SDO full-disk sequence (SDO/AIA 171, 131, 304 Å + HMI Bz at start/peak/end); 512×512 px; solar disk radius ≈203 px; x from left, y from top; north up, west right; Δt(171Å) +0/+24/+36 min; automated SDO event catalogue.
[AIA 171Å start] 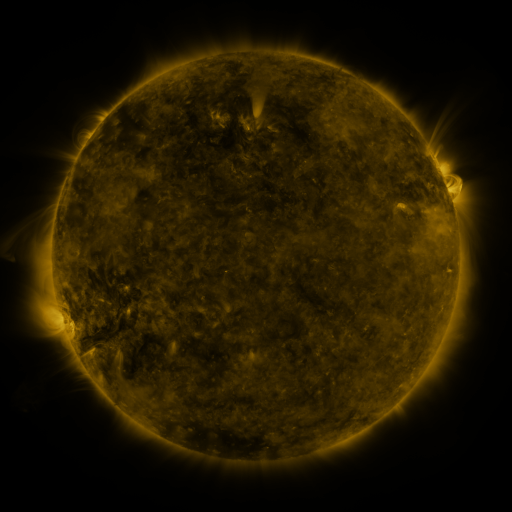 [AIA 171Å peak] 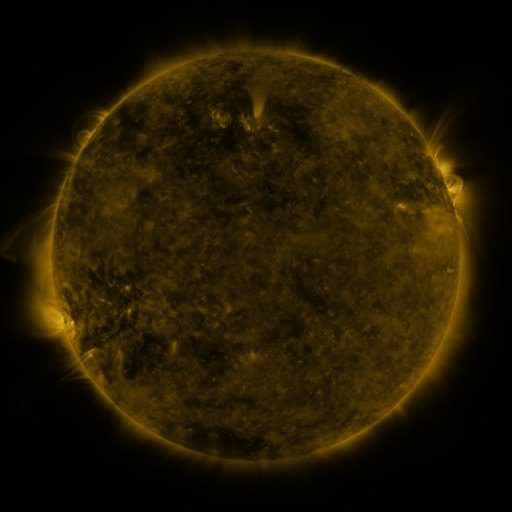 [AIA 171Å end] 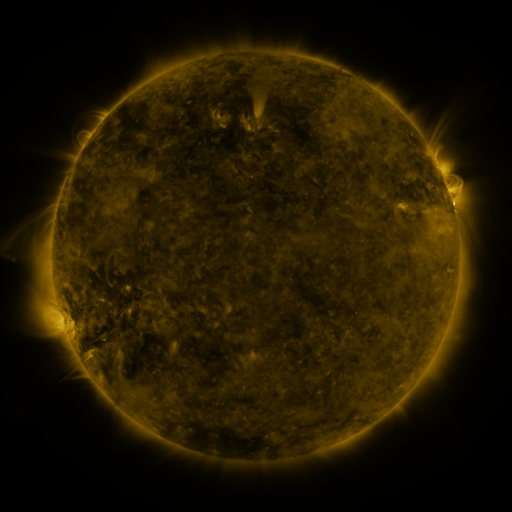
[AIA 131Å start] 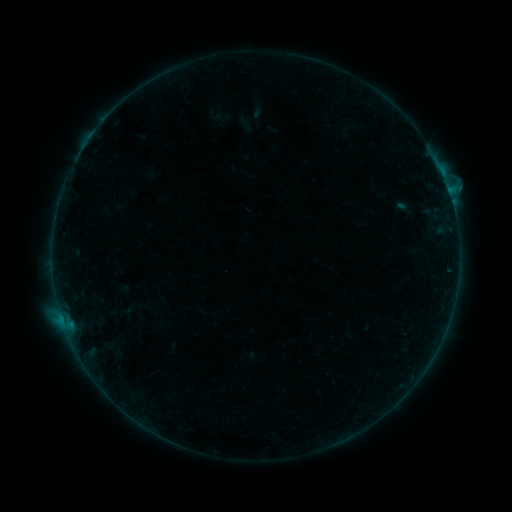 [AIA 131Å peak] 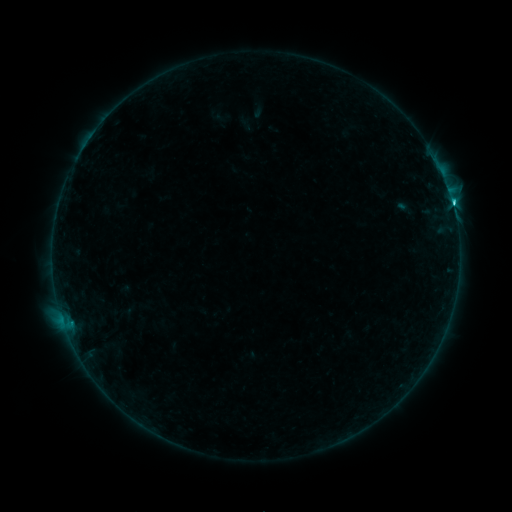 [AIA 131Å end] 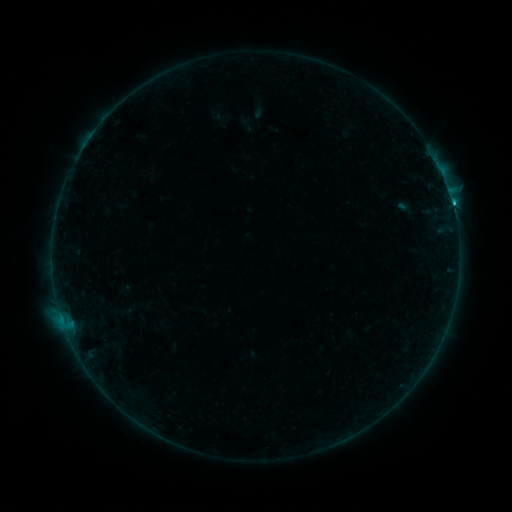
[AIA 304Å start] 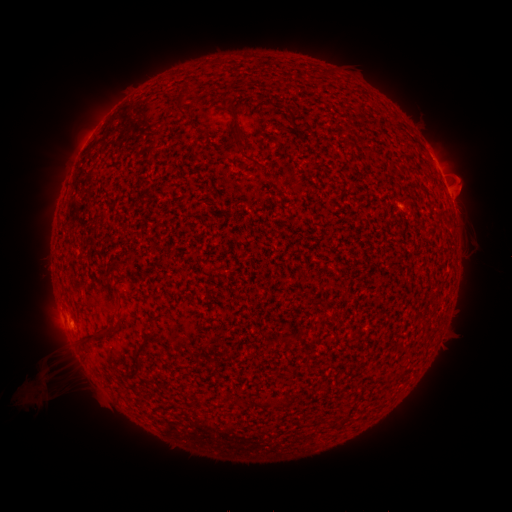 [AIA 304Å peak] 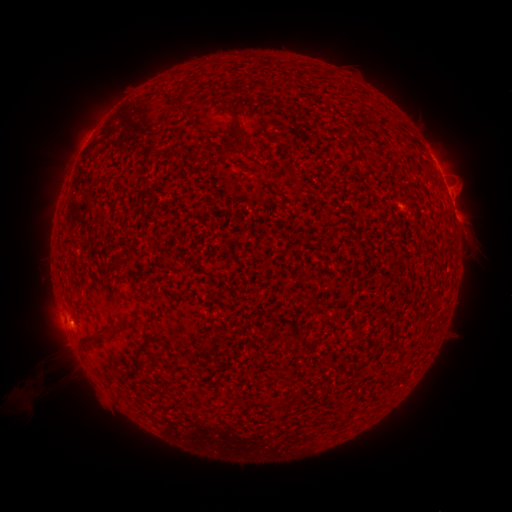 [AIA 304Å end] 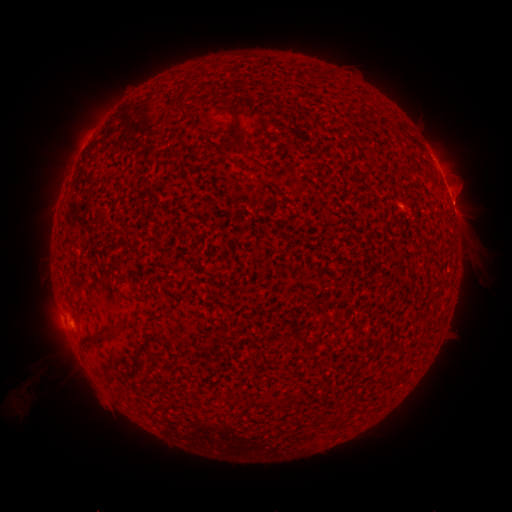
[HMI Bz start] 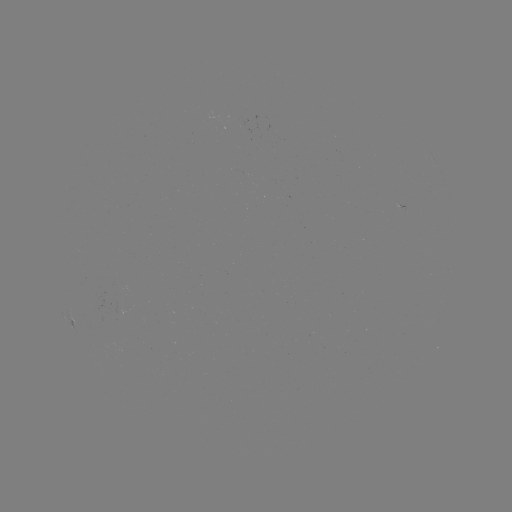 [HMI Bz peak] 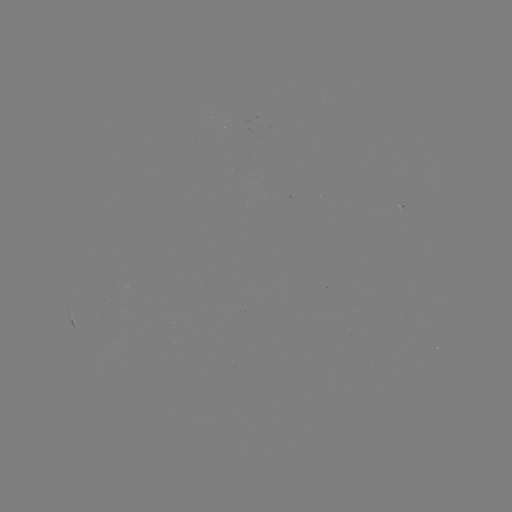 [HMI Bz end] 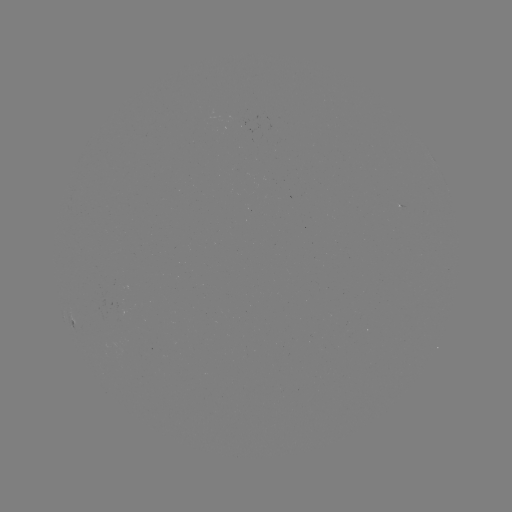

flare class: C1.5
